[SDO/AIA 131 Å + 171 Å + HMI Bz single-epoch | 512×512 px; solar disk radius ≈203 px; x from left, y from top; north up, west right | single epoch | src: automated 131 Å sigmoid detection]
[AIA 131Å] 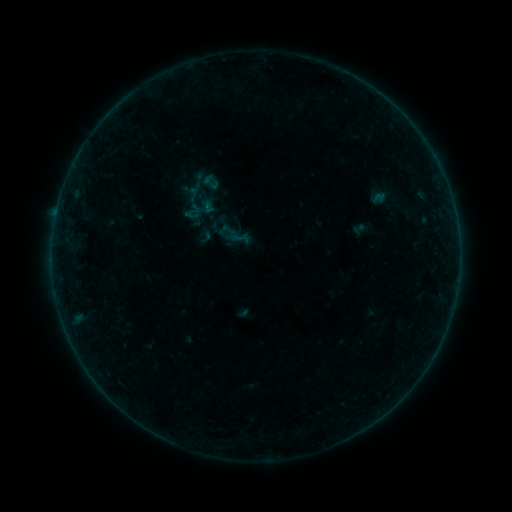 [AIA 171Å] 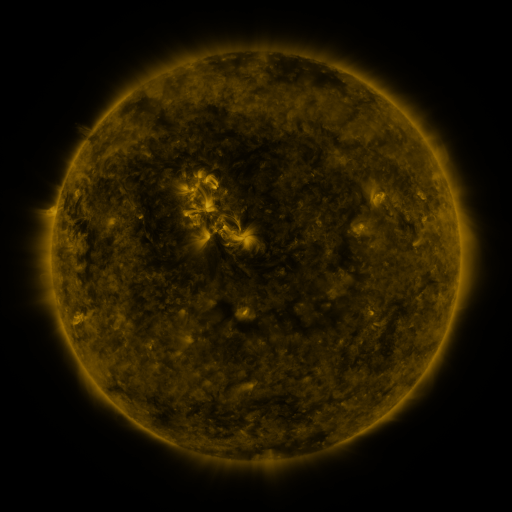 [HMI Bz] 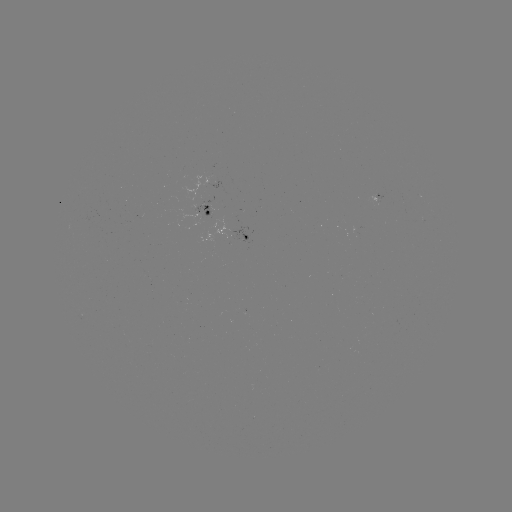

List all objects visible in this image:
sigmoid: [183, 201, 204, 223]
sigmoid: [196, 227, 215, 245]
